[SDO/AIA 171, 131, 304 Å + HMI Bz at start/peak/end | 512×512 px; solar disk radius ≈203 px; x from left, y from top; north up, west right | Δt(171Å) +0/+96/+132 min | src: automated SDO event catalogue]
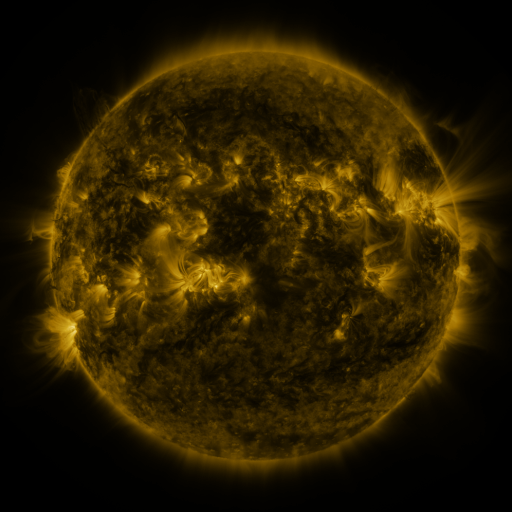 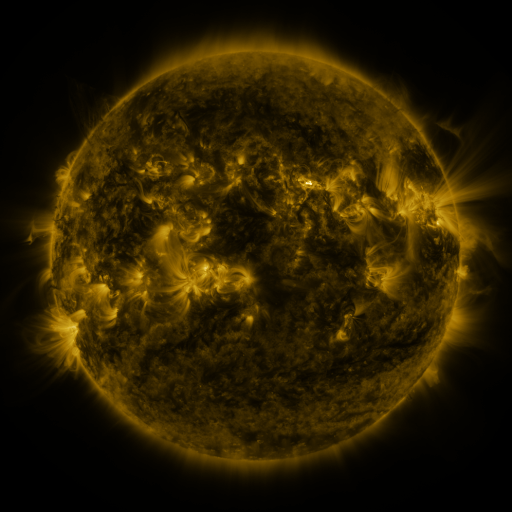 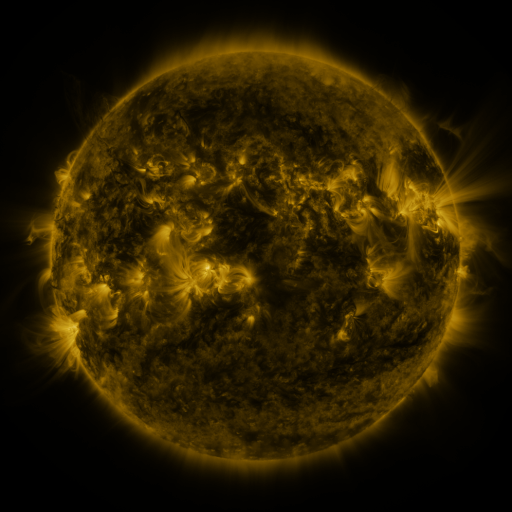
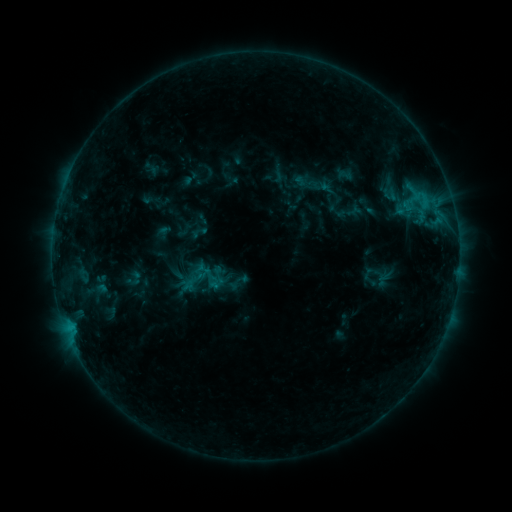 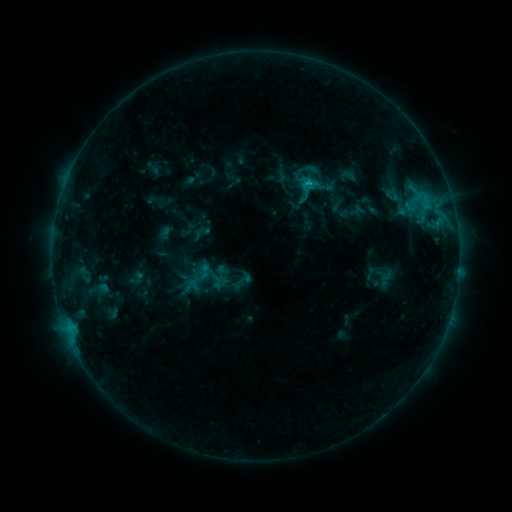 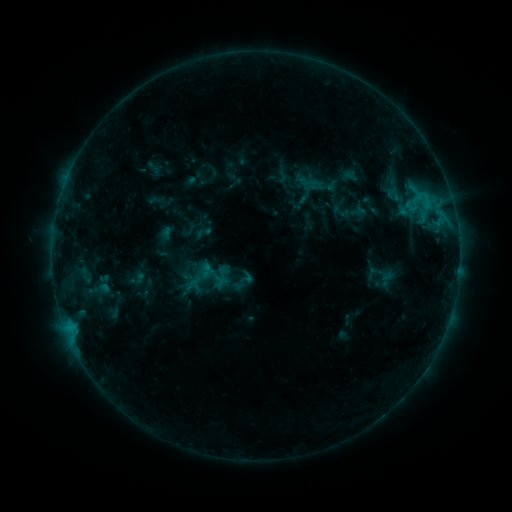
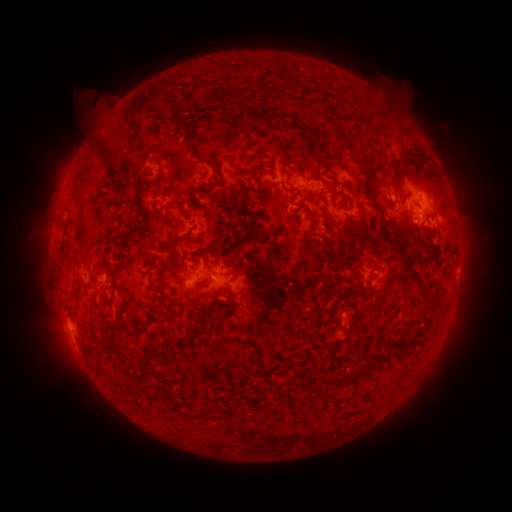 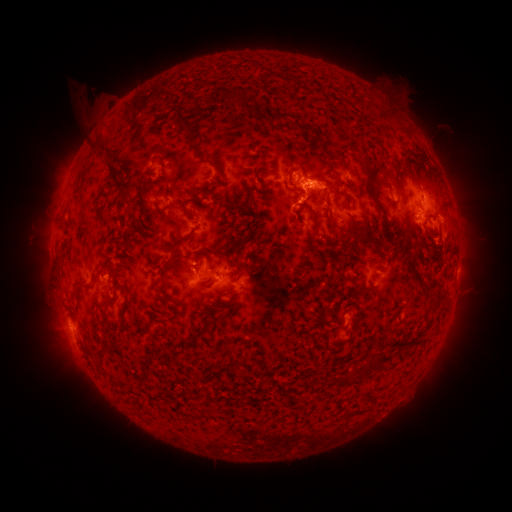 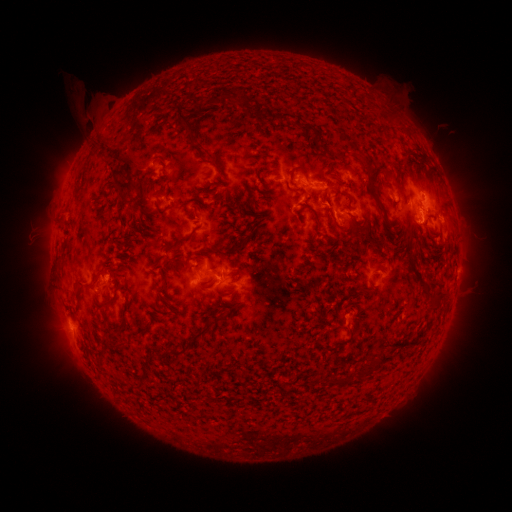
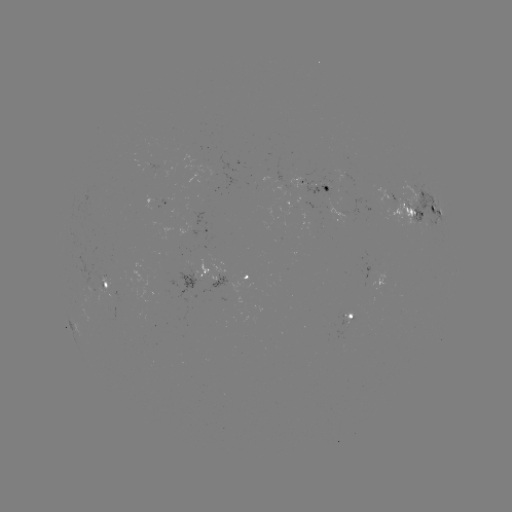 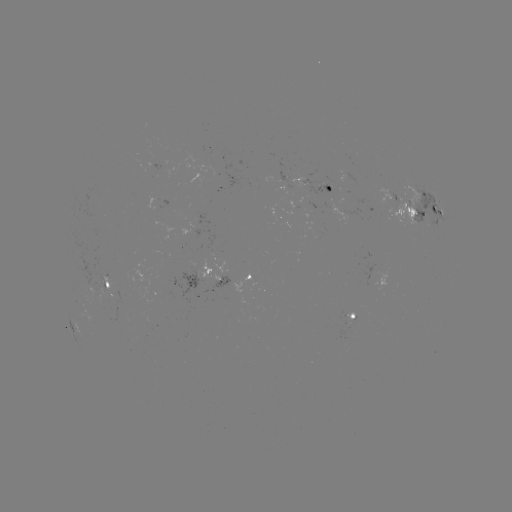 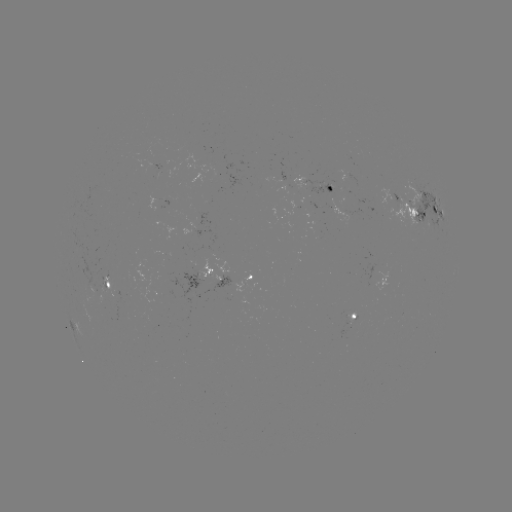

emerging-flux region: (300, 180, 335, 198)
